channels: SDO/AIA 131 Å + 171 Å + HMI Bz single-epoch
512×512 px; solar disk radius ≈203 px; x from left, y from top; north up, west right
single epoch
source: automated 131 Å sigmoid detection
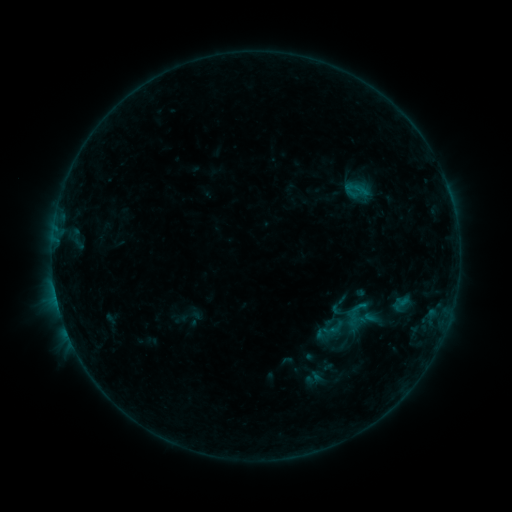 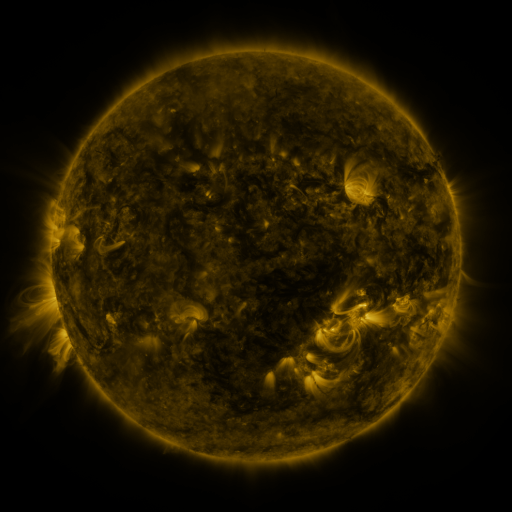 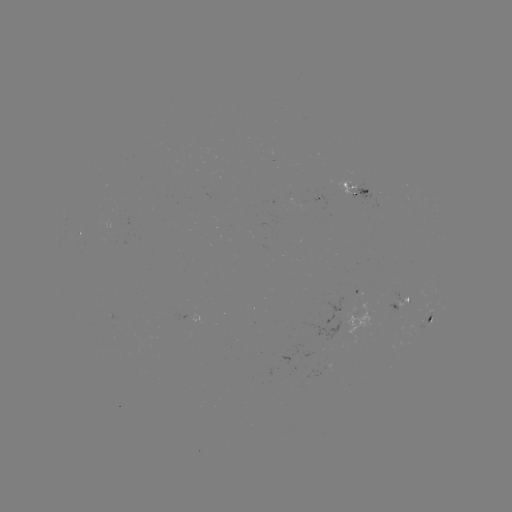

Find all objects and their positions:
sigmoid: (330, 330)
